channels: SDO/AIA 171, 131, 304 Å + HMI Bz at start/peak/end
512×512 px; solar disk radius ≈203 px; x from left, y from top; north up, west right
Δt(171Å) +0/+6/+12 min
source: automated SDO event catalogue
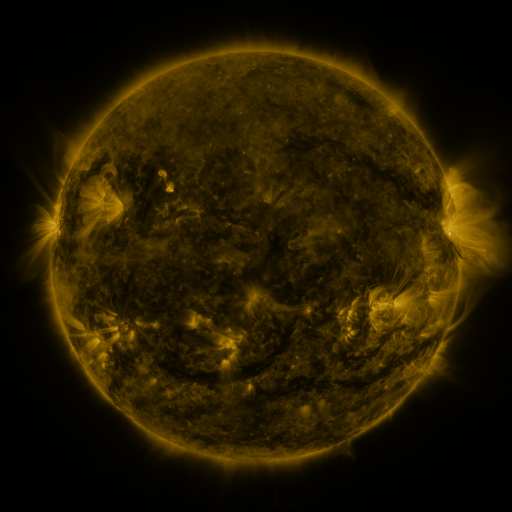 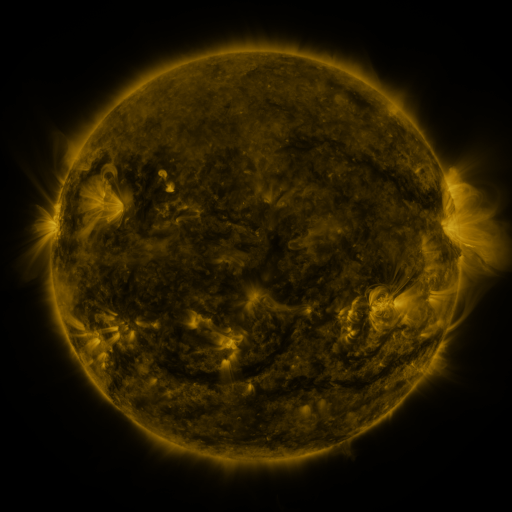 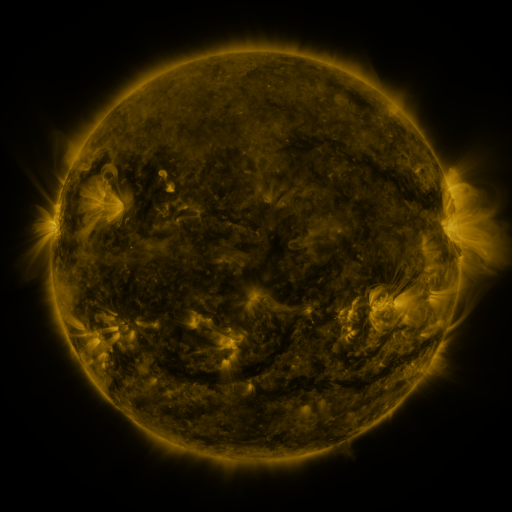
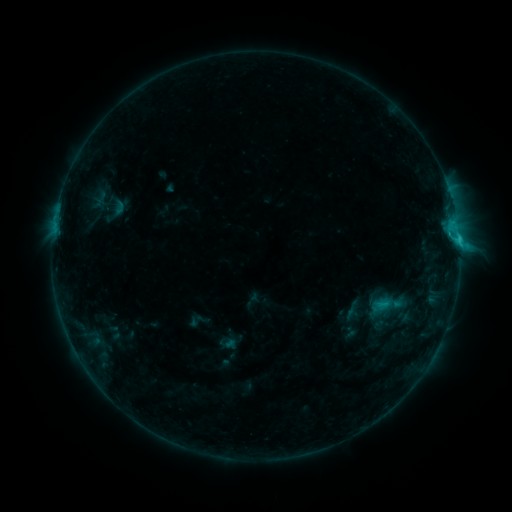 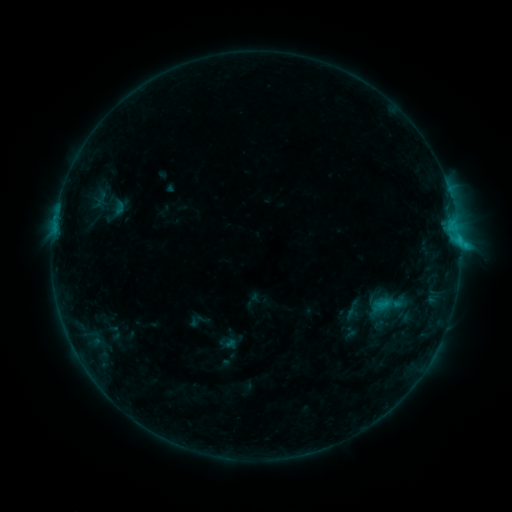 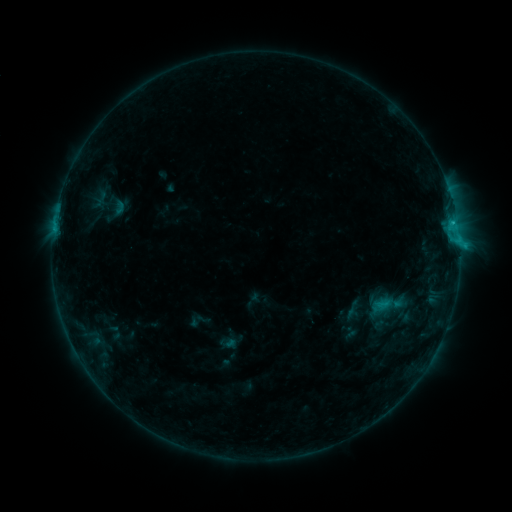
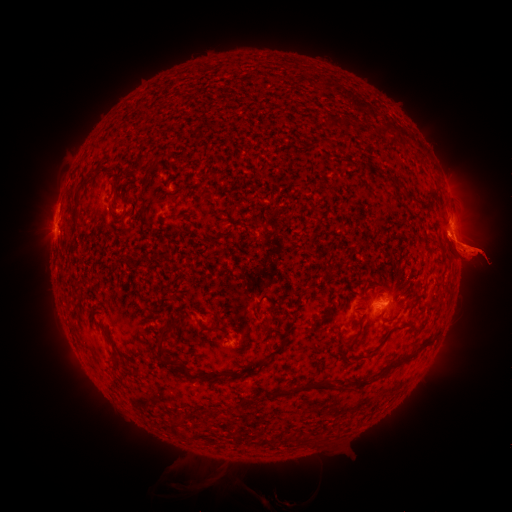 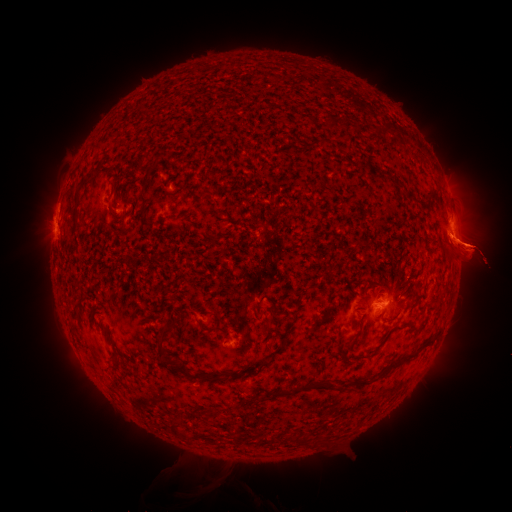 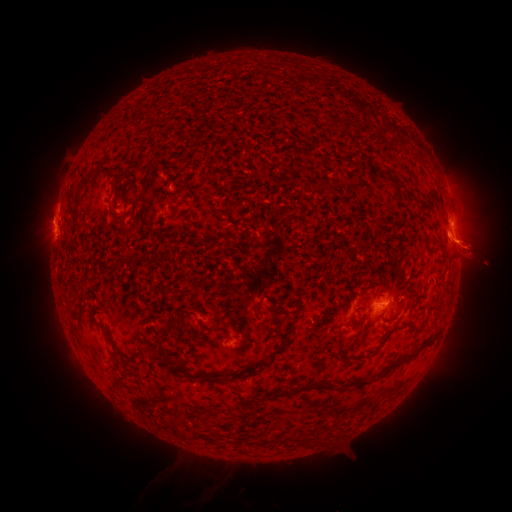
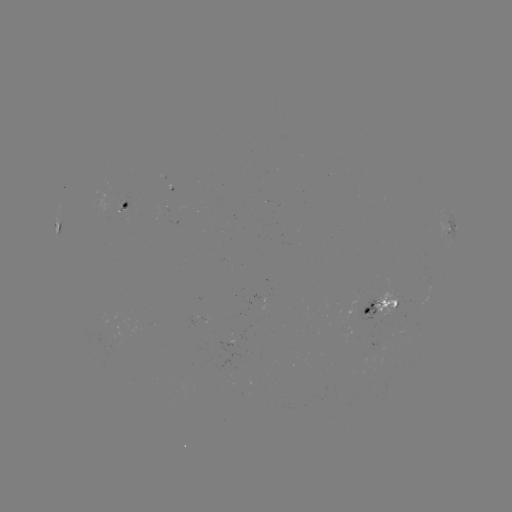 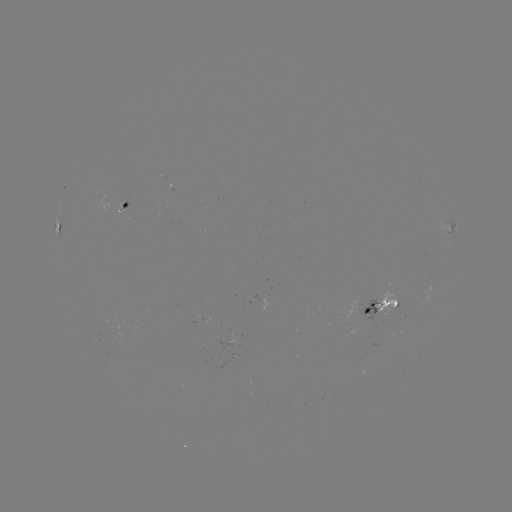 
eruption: [445, 155, 486, 179]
